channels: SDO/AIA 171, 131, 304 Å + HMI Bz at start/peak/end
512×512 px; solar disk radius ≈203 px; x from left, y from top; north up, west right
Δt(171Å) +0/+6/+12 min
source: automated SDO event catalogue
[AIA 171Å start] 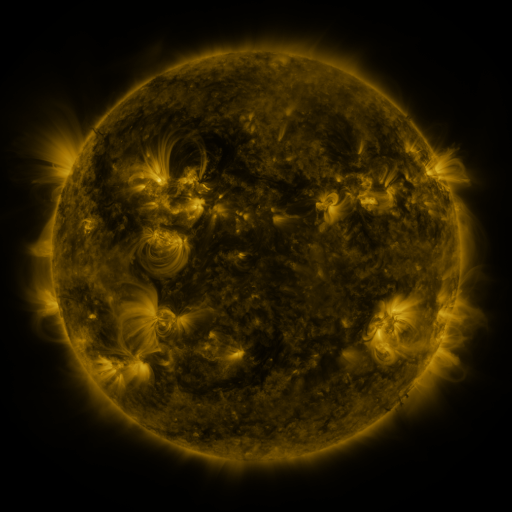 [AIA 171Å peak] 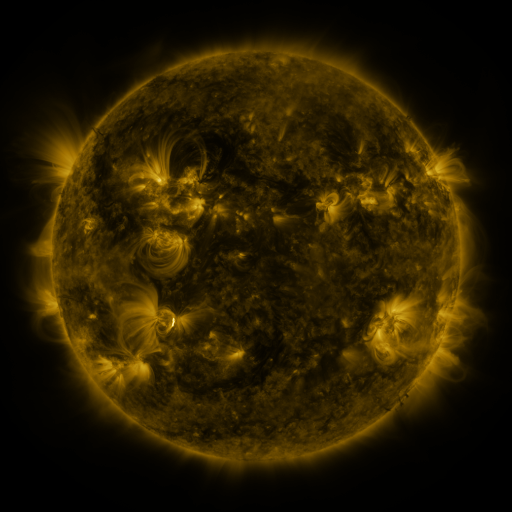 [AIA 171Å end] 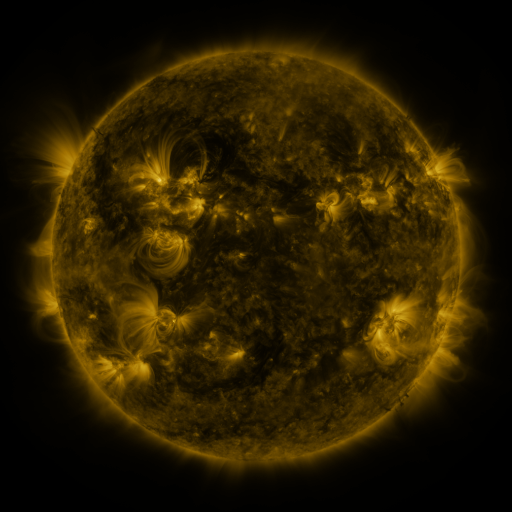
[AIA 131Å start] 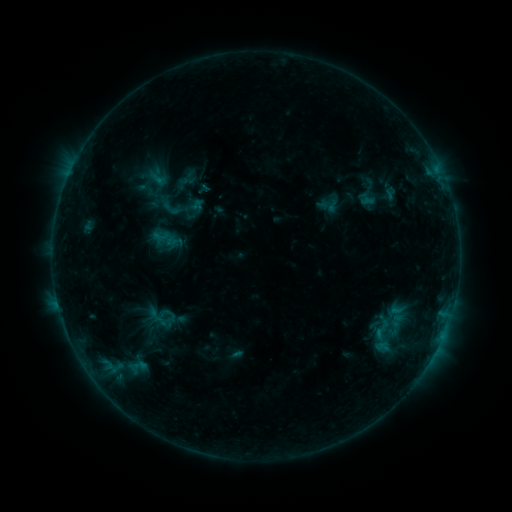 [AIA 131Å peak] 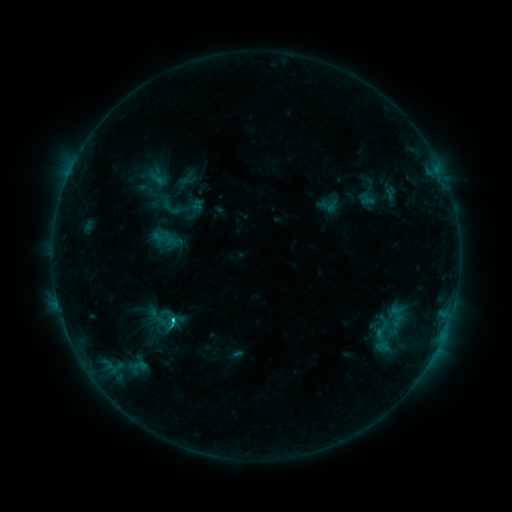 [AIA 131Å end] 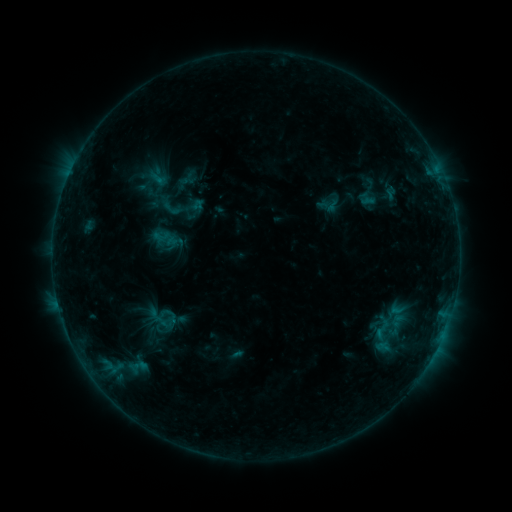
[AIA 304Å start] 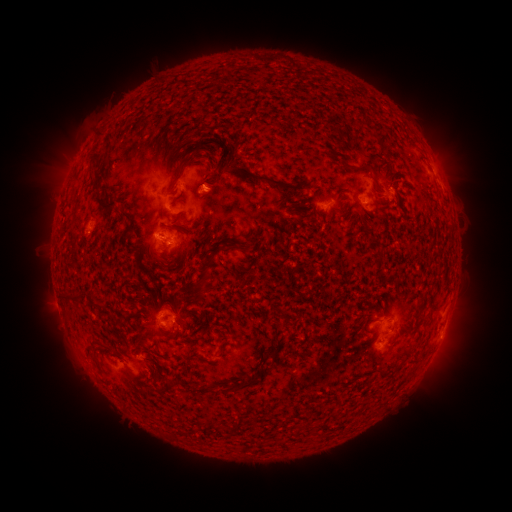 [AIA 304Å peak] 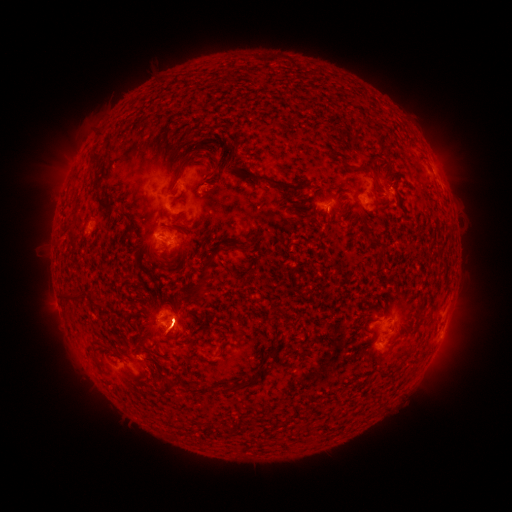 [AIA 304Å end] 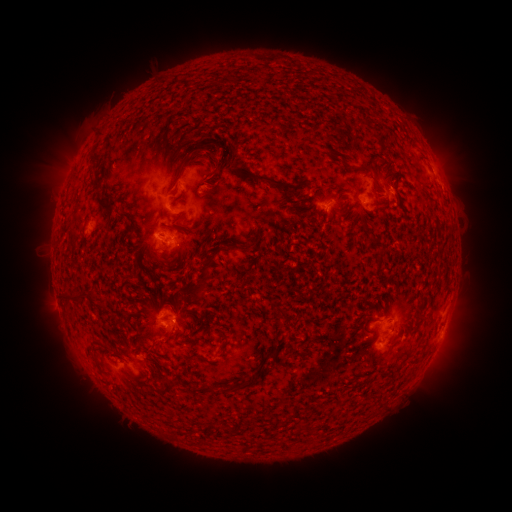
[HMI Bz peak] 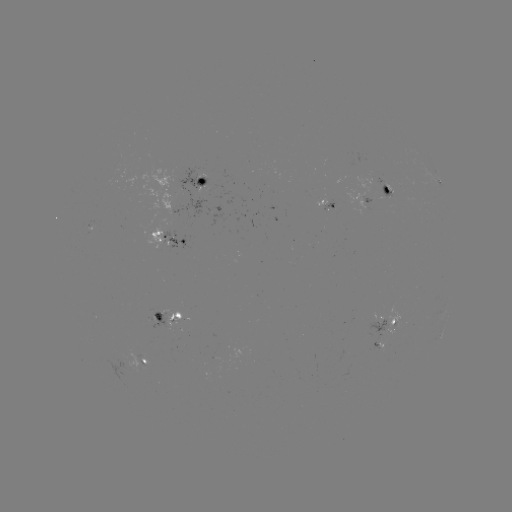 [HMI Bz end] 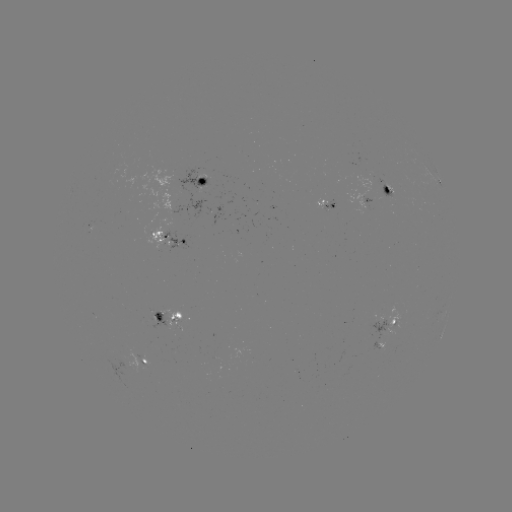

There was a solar flare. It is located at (175, 320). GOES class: C1.0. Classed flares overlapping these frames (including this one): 1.